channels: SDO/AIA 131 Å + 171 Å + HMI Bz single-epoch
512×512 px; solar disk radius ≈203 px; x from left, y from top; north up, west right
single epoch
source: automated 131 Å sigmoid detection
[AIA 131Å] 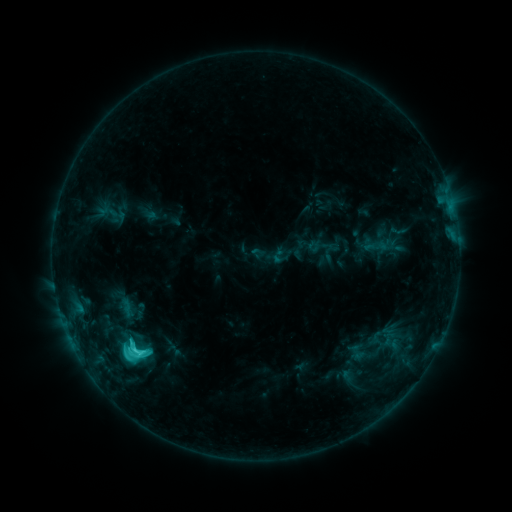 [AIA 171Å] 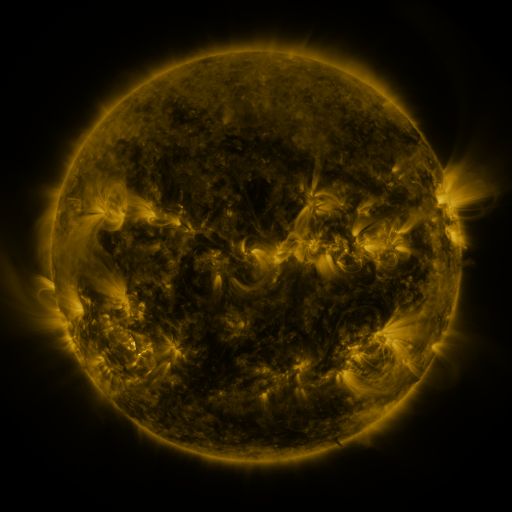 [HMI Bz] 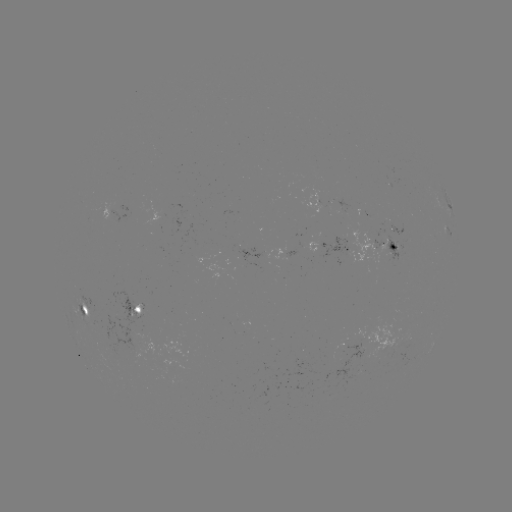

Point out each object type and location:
sigmoid: <bbox>109, 329, 161, 369</bbox>
